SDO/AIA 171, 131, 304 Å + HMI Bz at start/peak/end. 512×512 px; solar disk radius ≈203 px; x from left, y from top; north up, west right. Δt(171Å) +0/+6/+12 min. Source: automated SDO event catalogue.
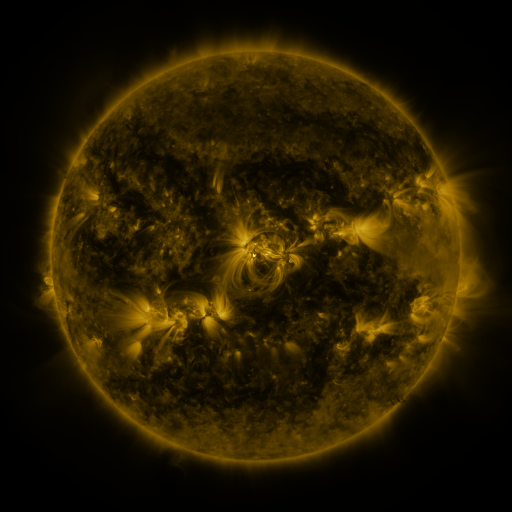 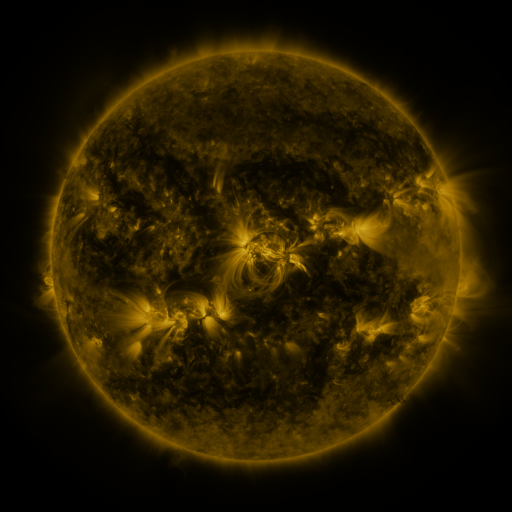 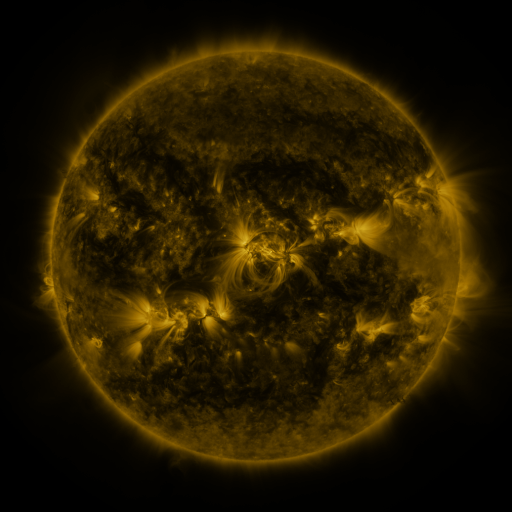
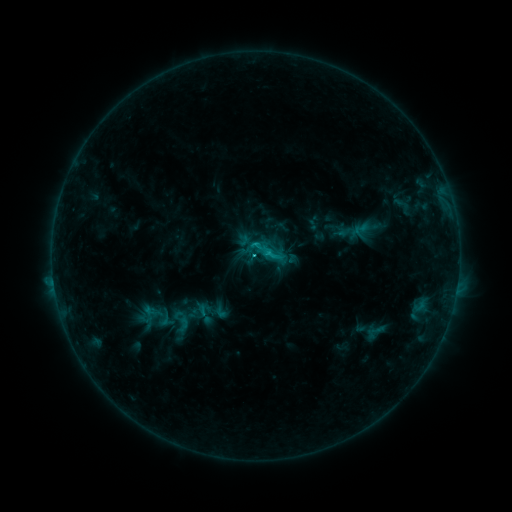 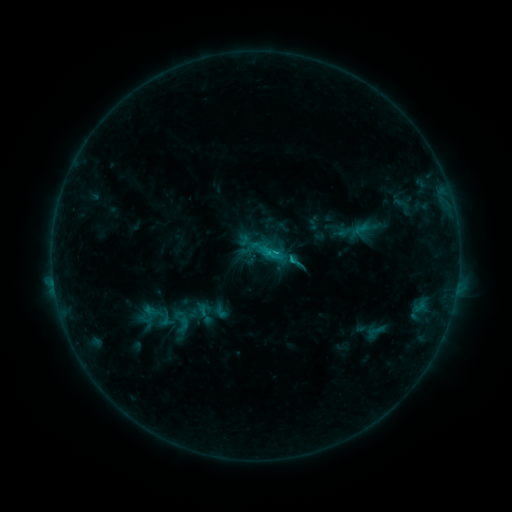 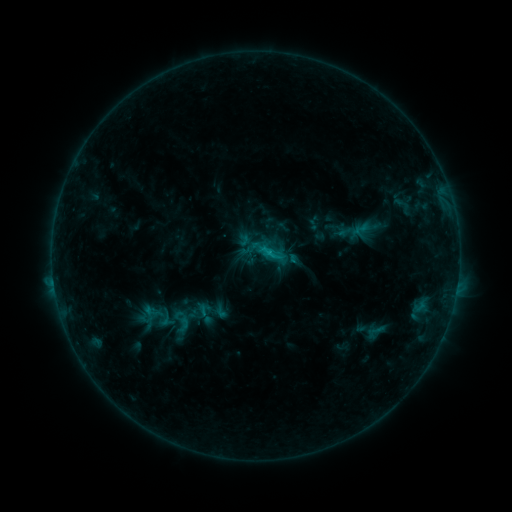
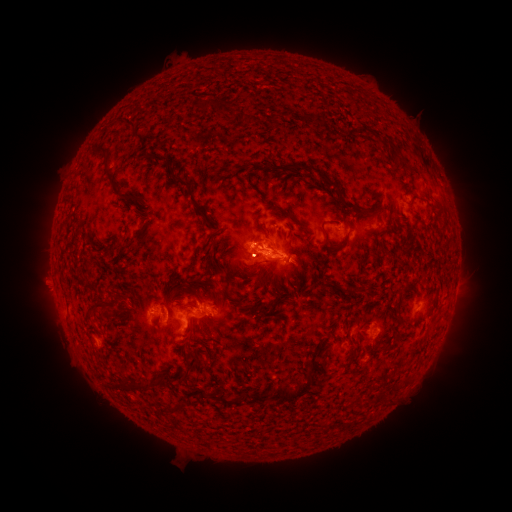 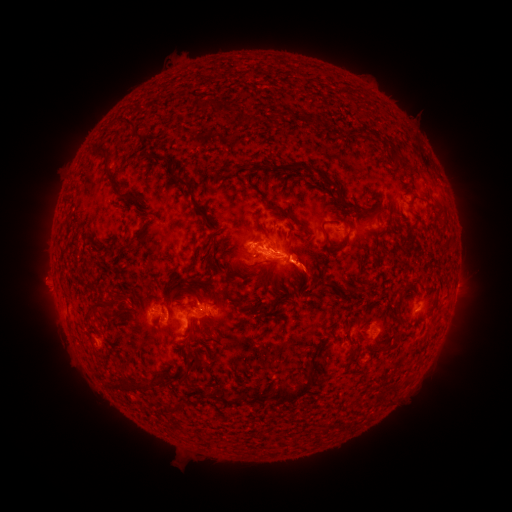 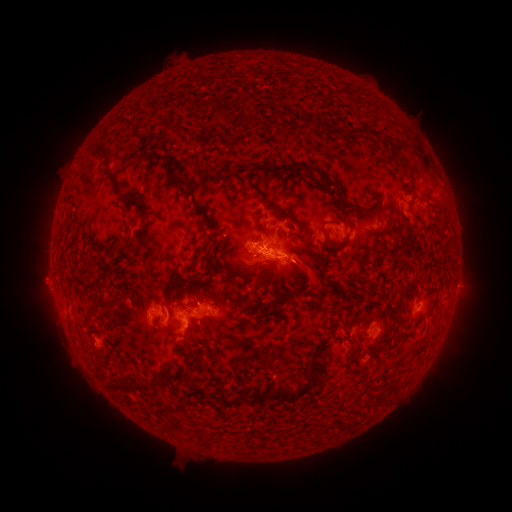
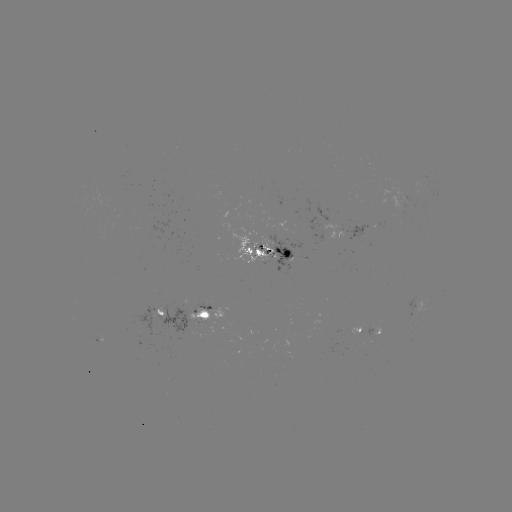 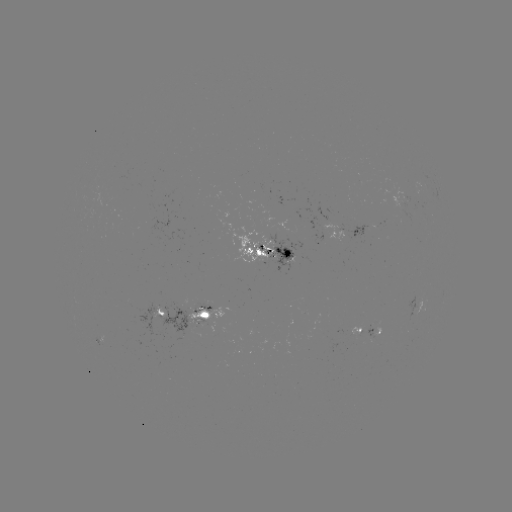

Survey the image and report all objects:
eruption: (308, 269)
